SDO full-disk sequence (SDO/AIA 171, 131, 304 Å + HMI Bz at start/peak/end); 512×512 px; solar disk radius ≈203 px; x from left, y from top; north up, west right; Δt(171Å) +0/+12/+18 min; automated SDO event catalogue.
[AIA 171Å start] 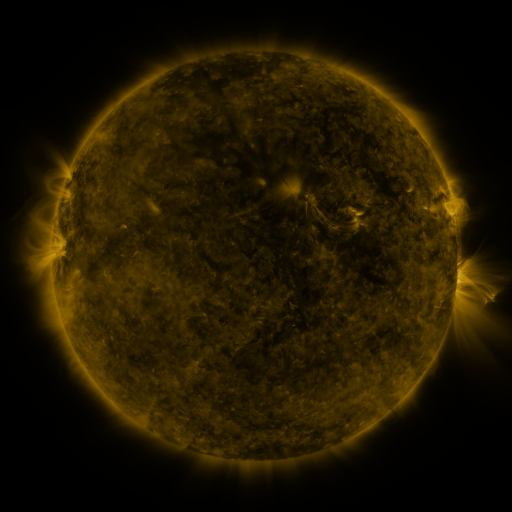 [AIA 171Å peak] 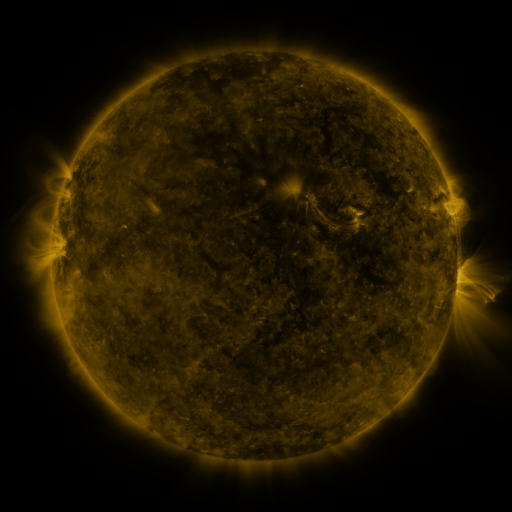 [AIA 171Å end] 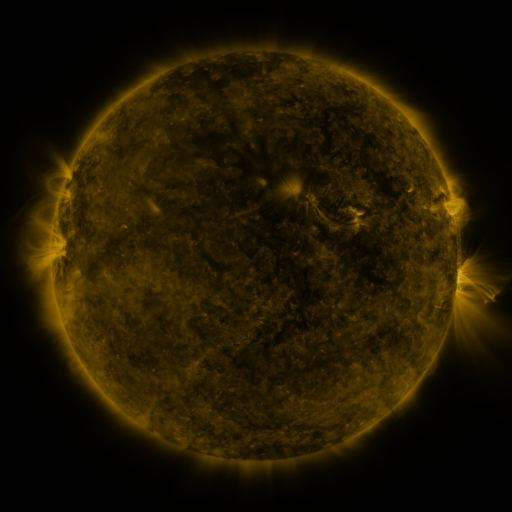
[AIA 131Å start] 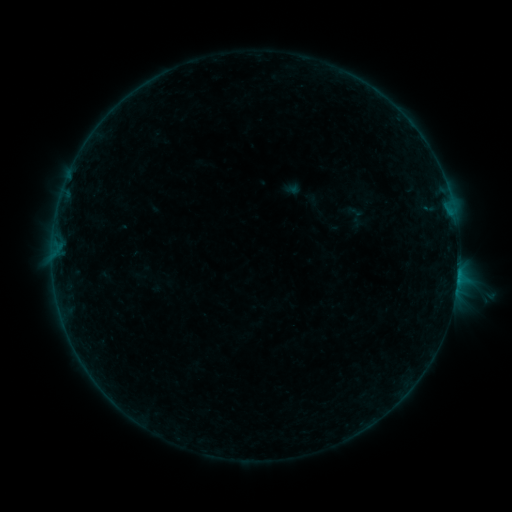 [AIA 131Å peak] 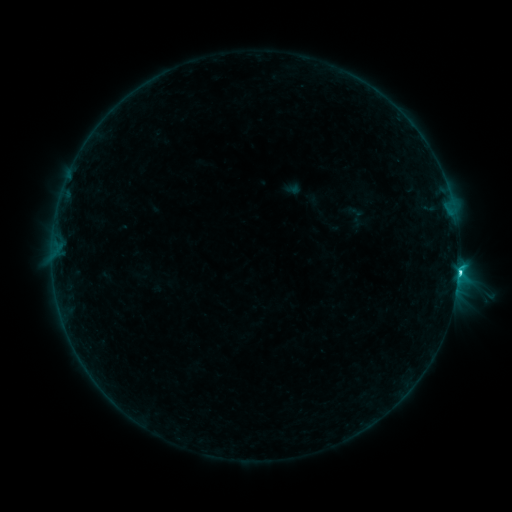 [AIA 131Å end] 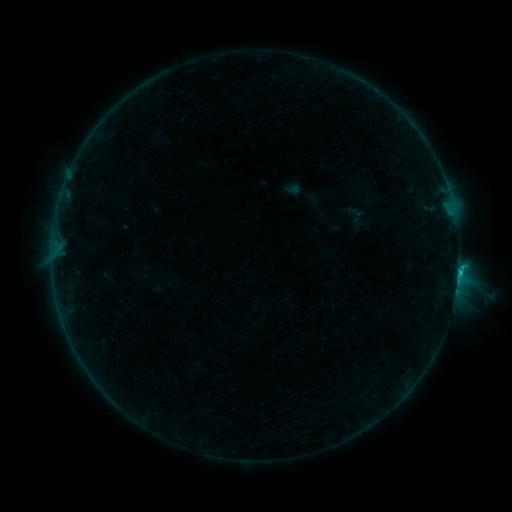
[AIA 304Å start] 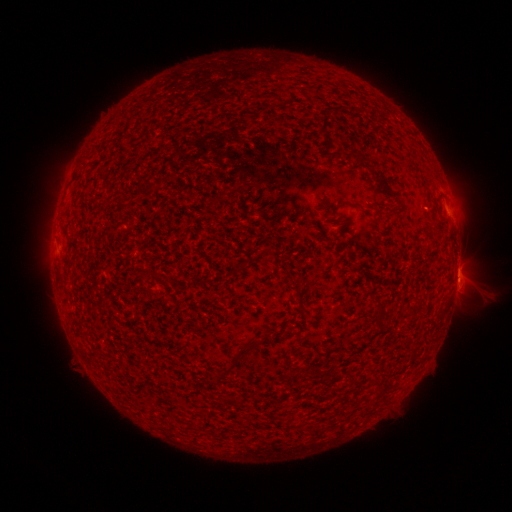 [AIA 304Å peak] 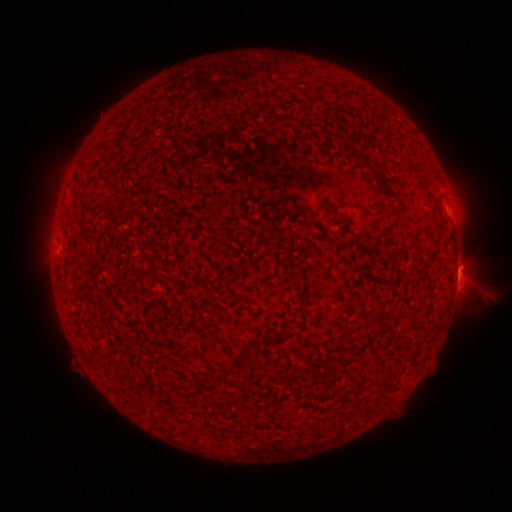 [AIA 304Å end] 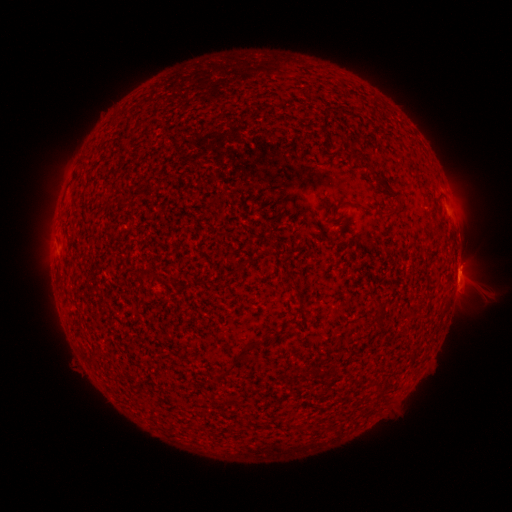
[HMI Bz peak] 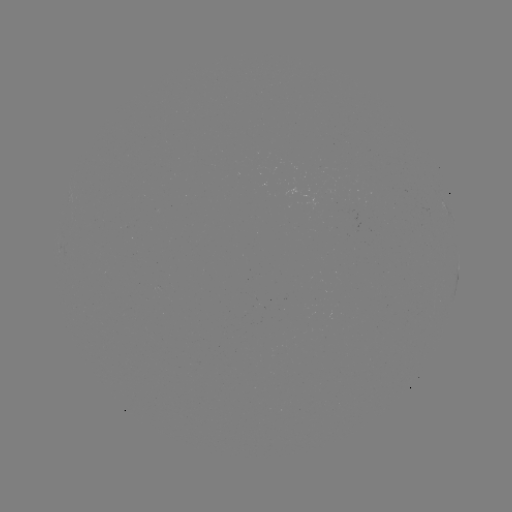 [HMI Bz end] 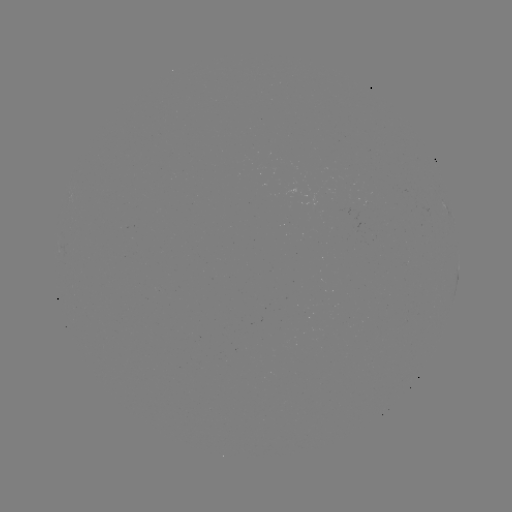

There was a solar flare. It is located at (458, 270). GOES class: C1.7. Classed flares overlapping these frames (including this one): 1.